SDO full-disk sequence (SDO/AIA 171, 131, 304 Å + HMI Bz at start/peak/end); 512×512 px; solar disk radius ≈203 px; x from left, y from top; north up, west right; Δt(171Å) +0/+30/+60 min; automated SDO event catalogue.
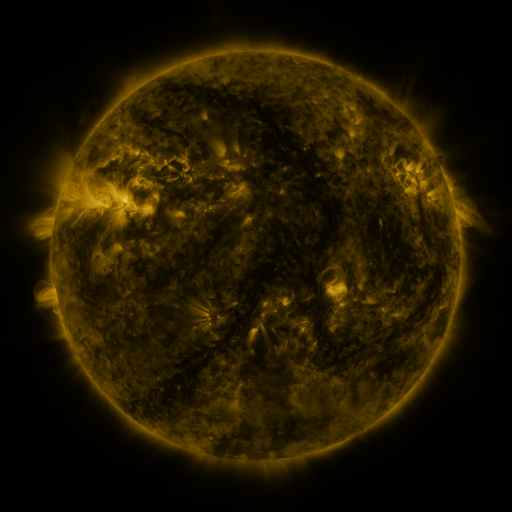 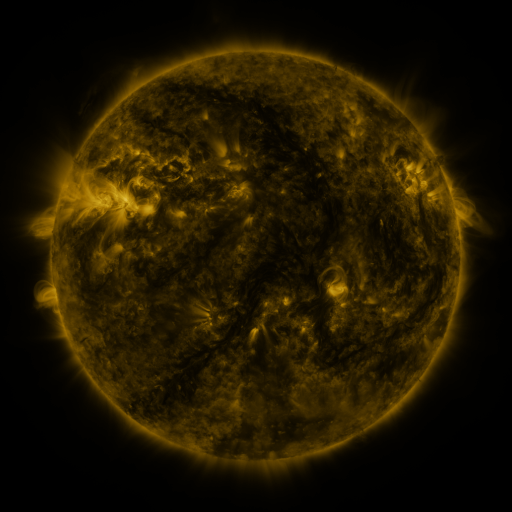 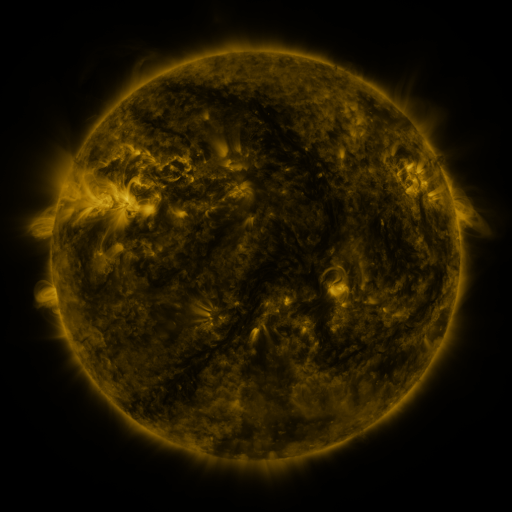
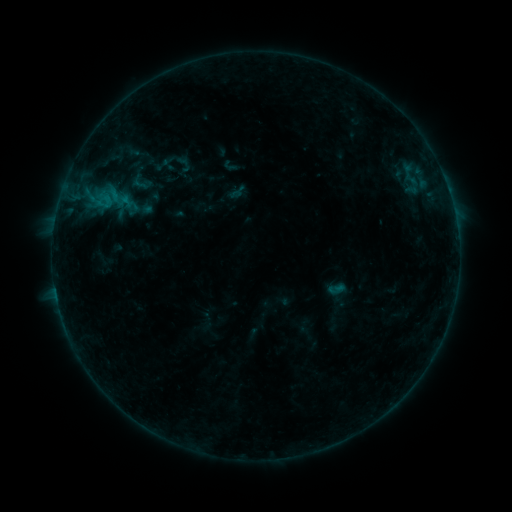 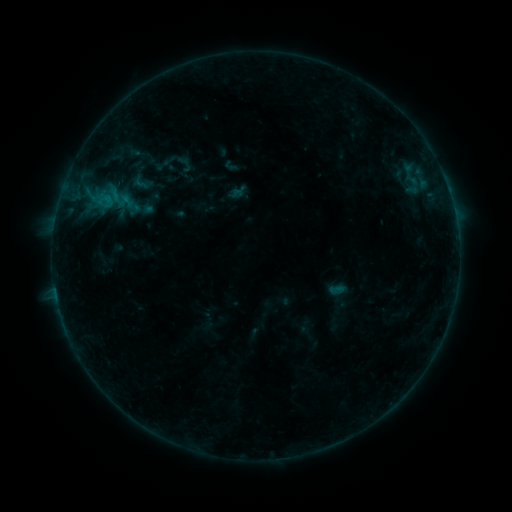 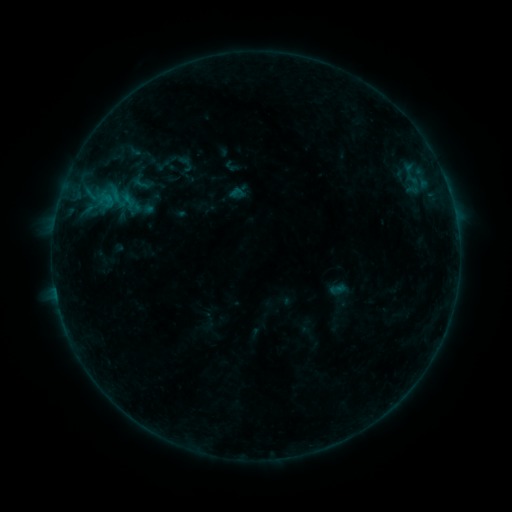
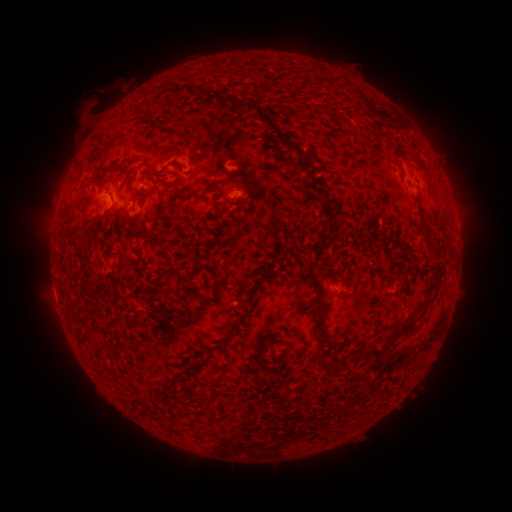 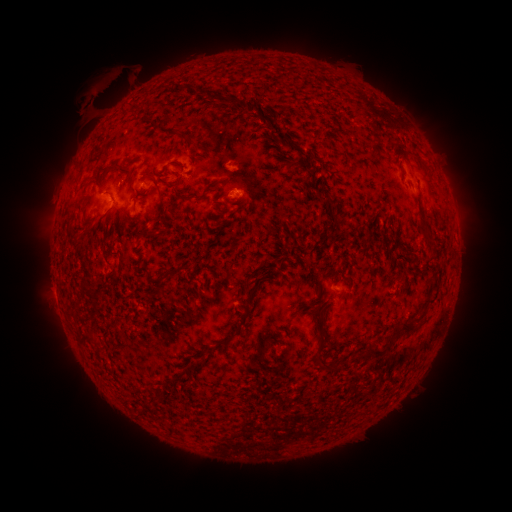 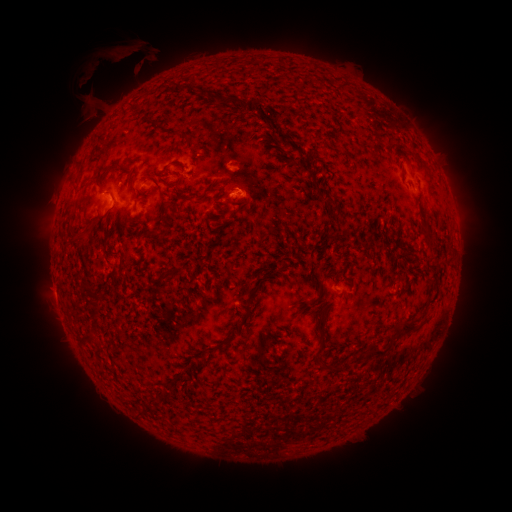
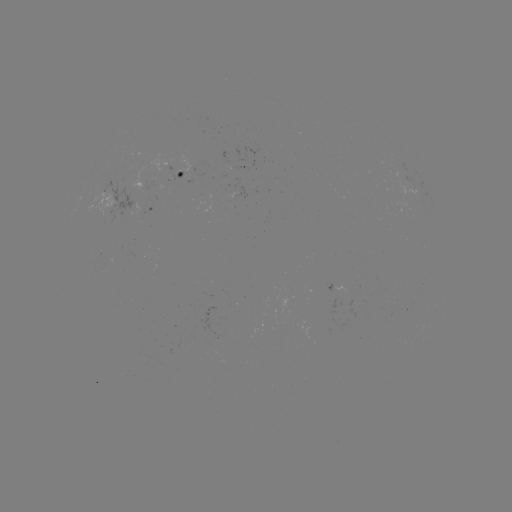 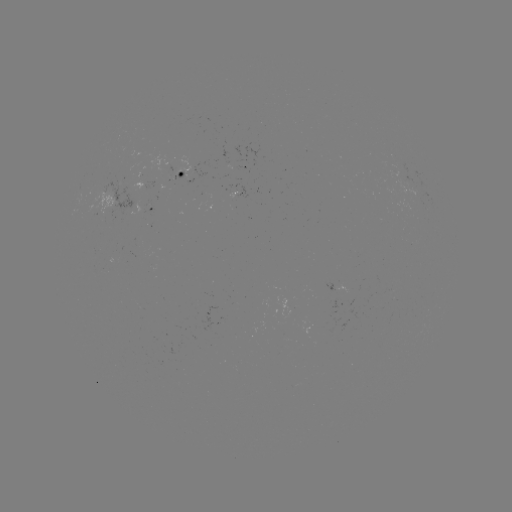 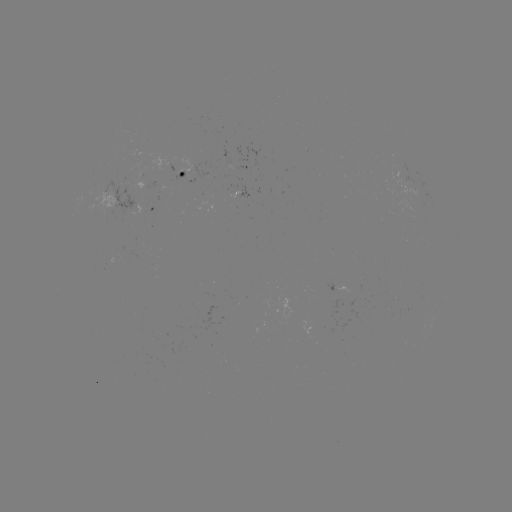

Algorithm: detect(eruption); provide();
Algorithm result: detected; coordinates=107,90